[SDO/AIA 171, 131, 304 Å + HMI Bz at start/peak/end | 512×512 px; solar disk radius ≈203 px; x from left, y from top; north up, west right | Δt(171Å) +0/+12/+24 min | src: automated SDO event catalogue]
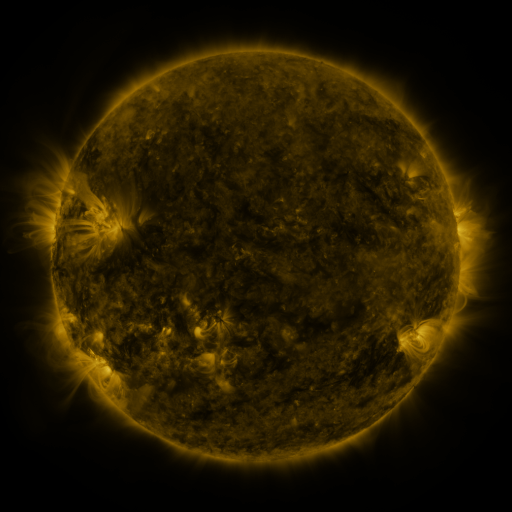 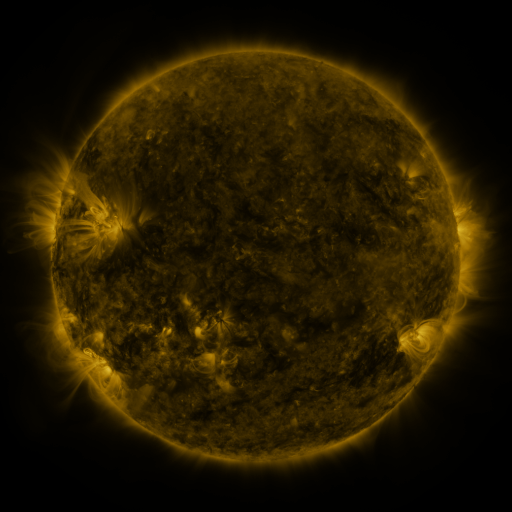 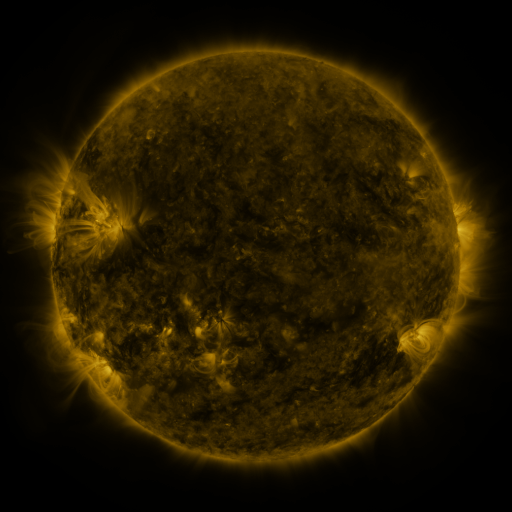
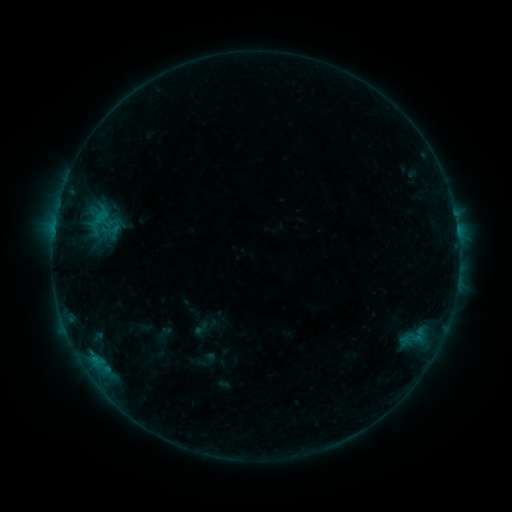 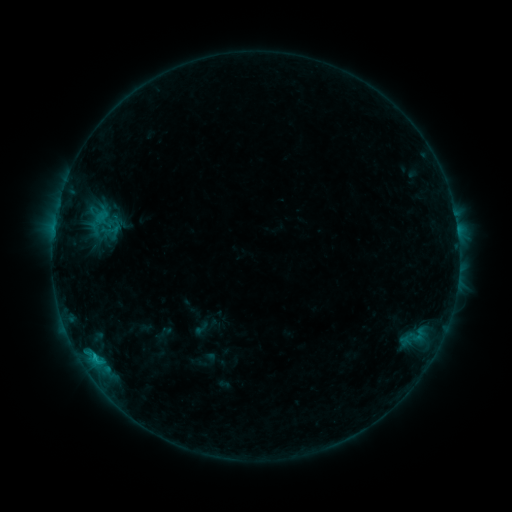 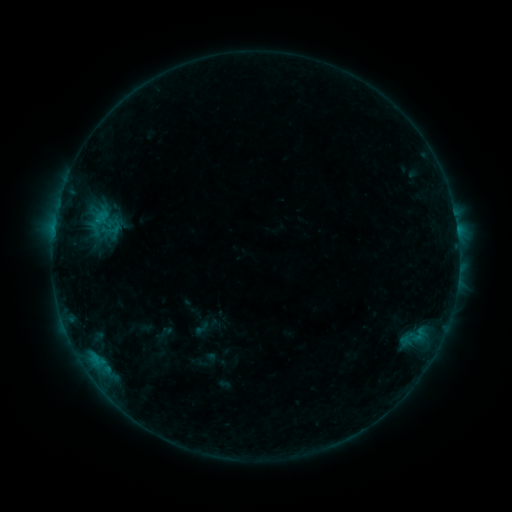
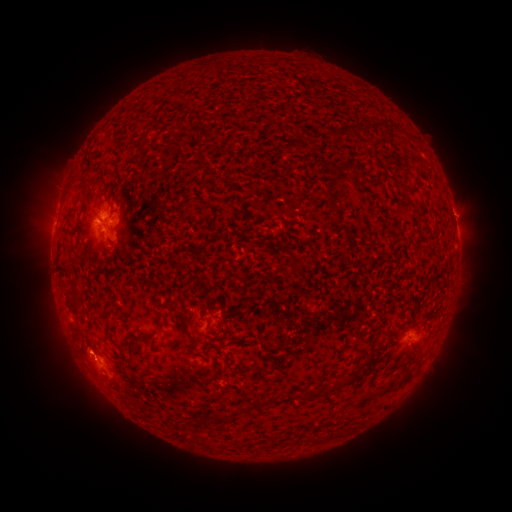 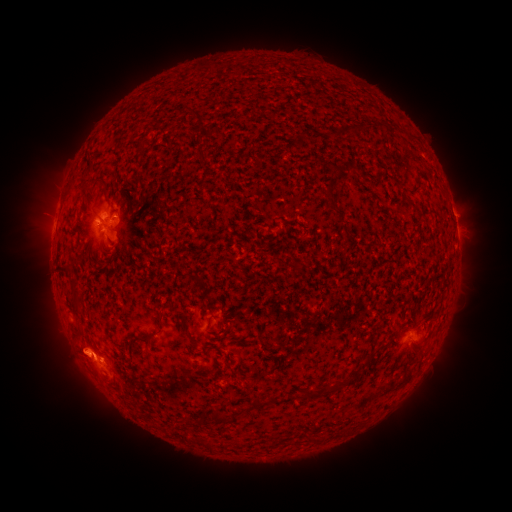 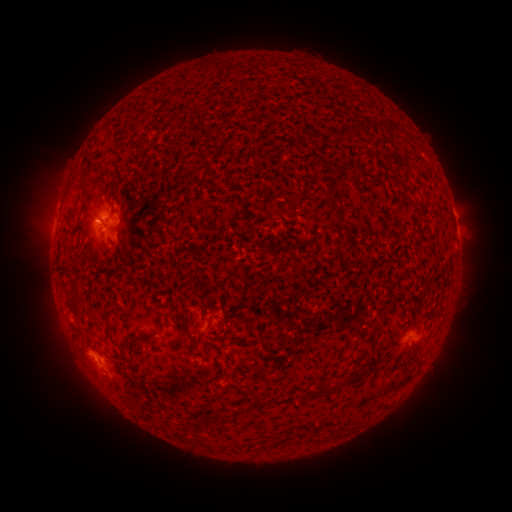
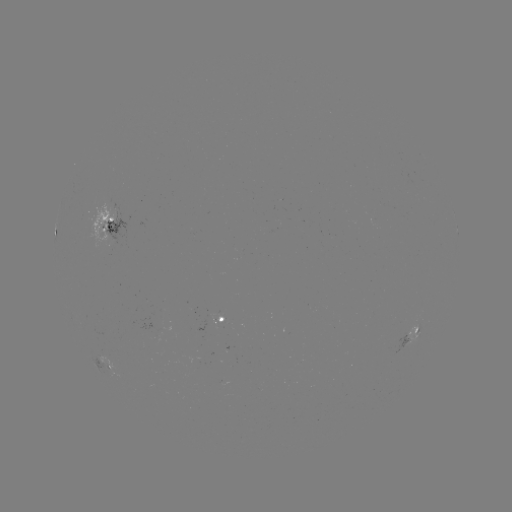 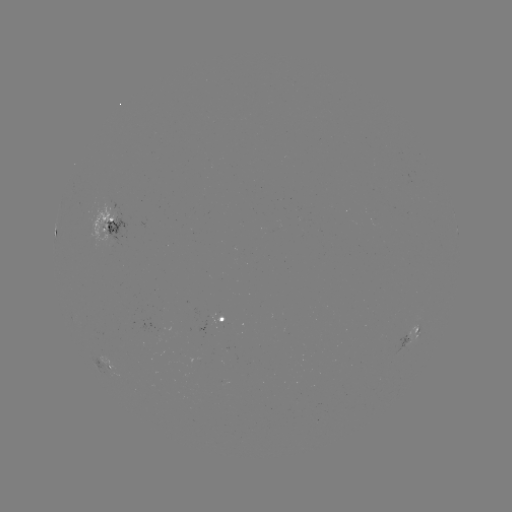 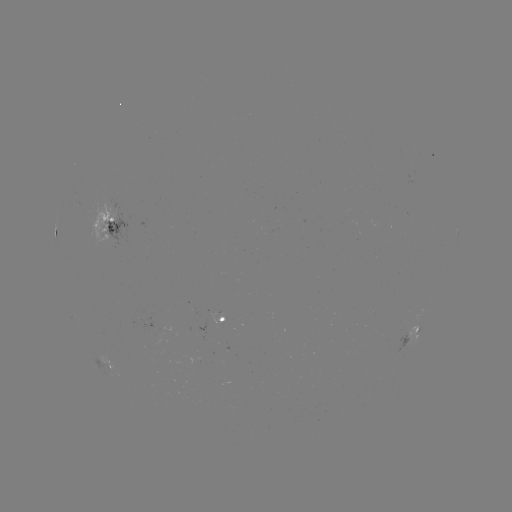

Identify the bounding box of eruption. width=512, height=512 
[46, 325, 110, 382].